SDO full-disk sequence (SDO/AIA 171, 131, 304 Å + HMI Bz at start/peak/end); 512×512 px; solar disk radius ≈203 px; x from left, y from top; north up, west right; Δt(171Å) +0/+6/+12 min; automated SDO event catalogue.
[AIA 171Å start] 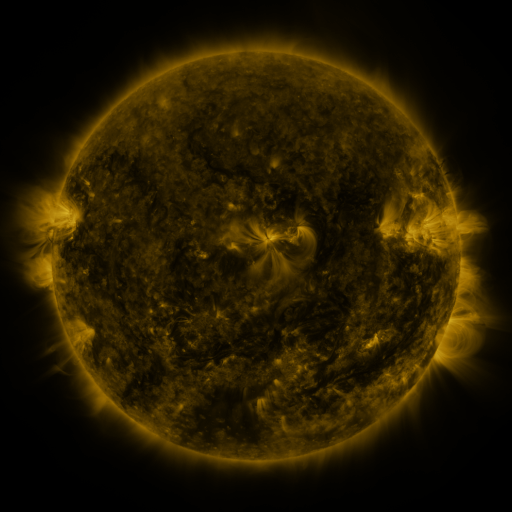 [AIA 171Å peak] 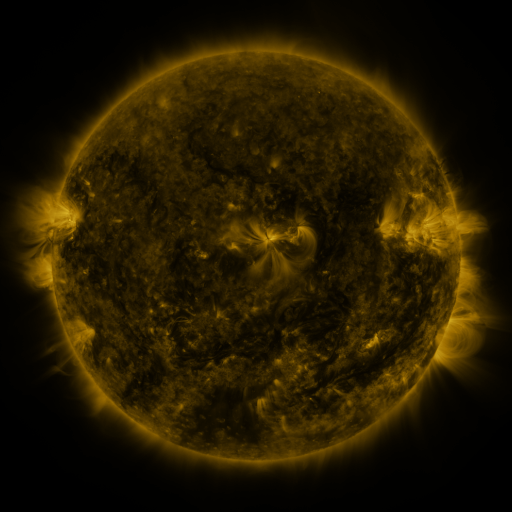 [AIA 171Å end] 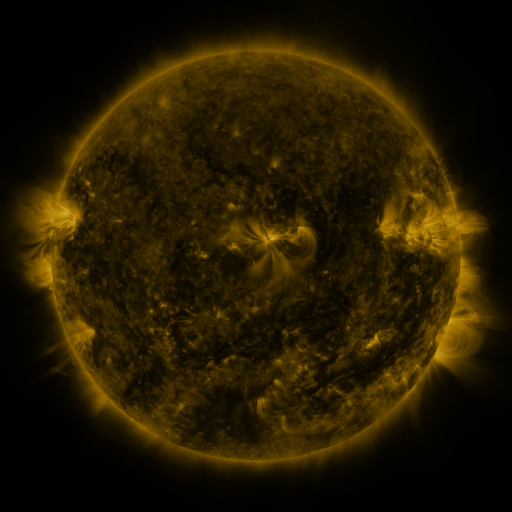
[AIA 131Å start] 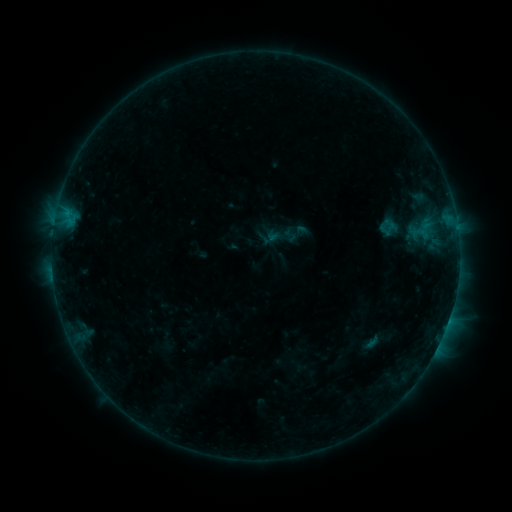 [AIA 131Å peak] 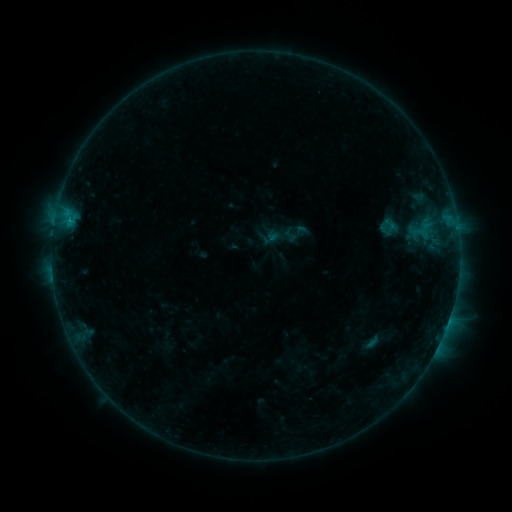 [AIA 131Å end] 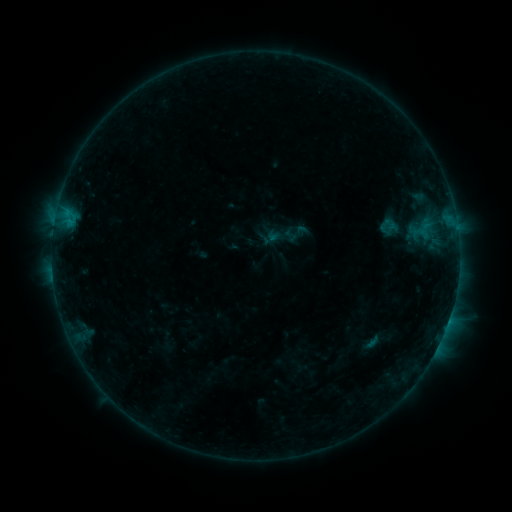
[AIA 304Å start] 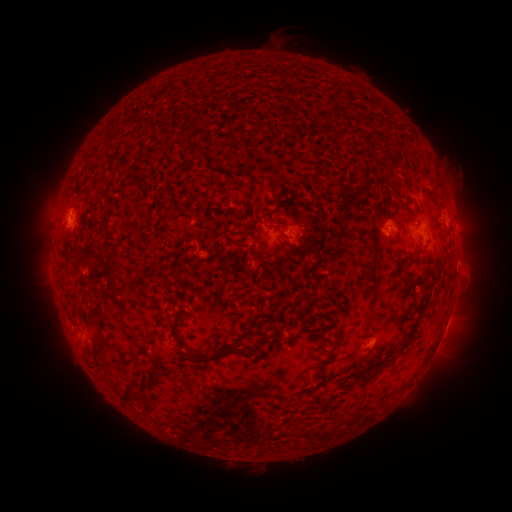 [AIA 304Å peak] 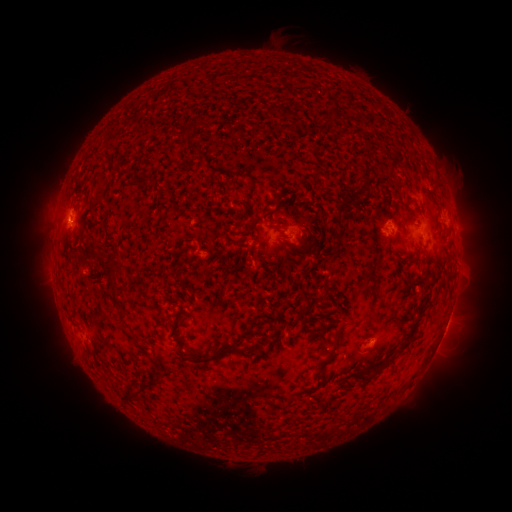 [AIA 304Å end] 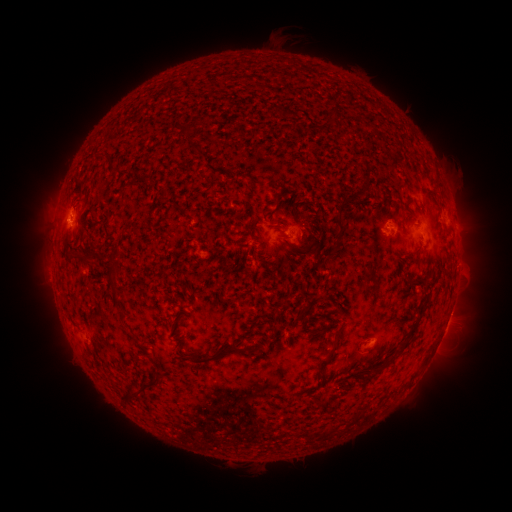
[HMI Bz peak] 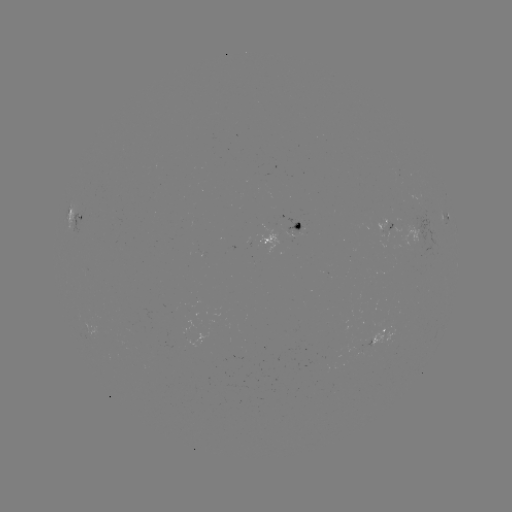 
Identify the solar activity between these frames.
B4.7 flare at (69, 225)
